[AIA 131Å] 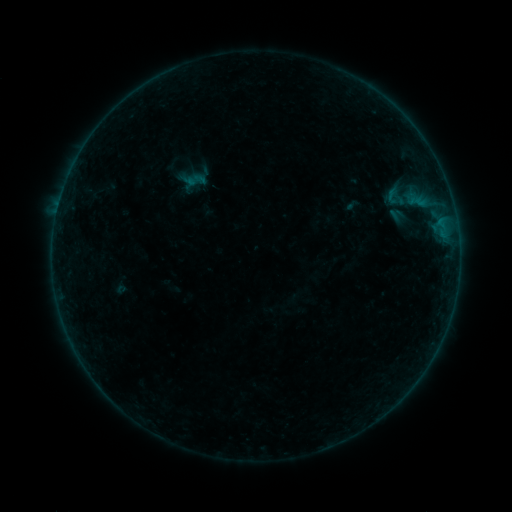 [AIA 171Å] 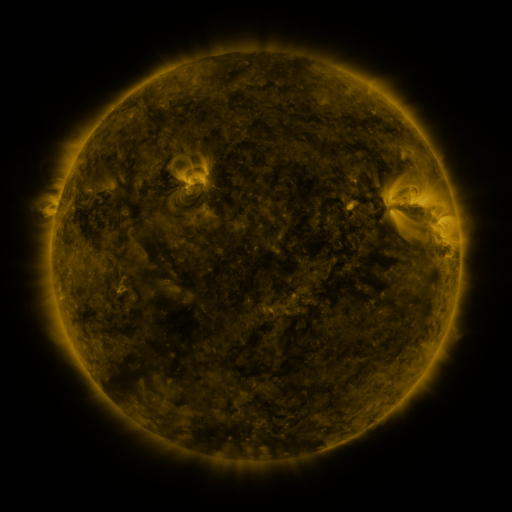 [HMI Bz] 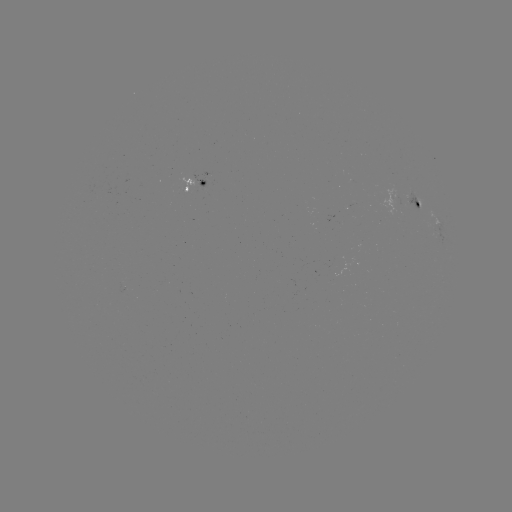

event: sigmoid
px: (397, 199)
